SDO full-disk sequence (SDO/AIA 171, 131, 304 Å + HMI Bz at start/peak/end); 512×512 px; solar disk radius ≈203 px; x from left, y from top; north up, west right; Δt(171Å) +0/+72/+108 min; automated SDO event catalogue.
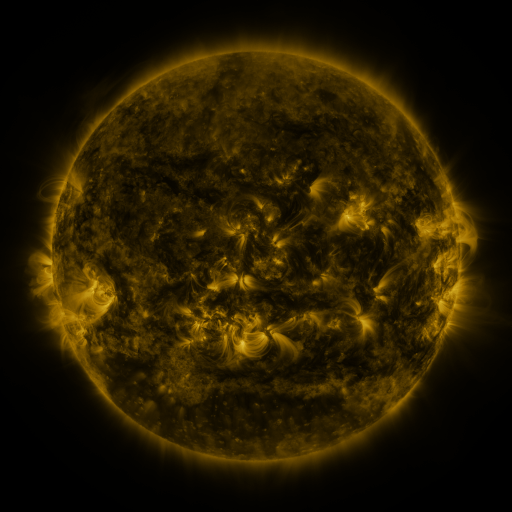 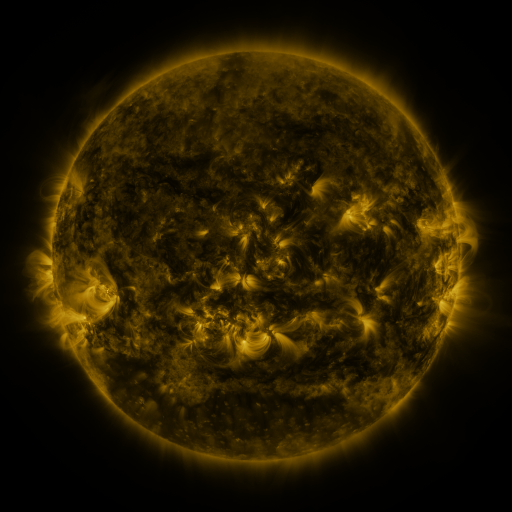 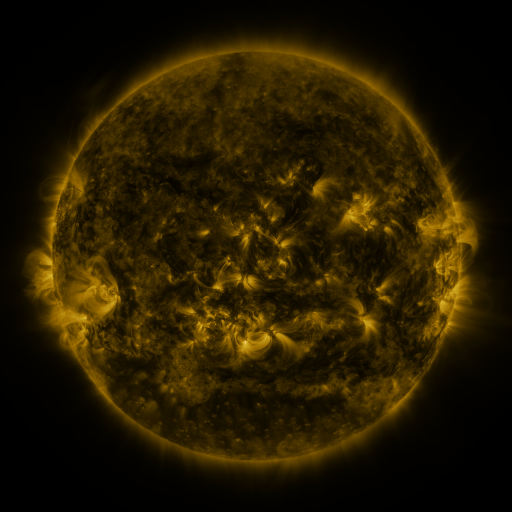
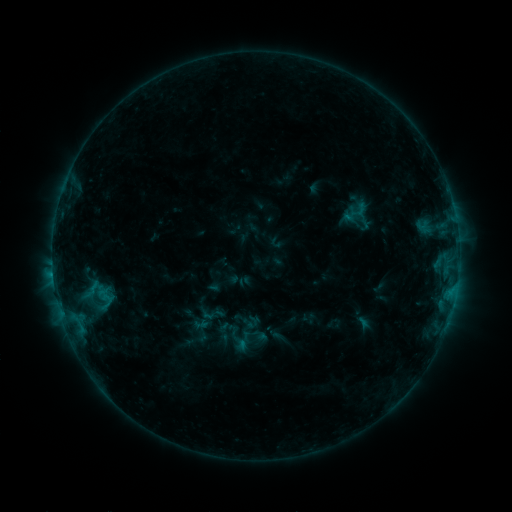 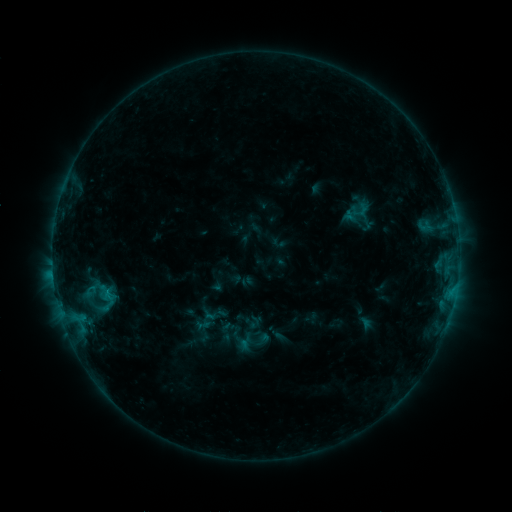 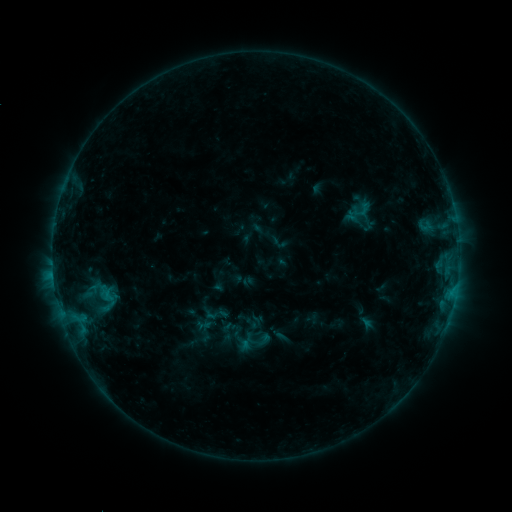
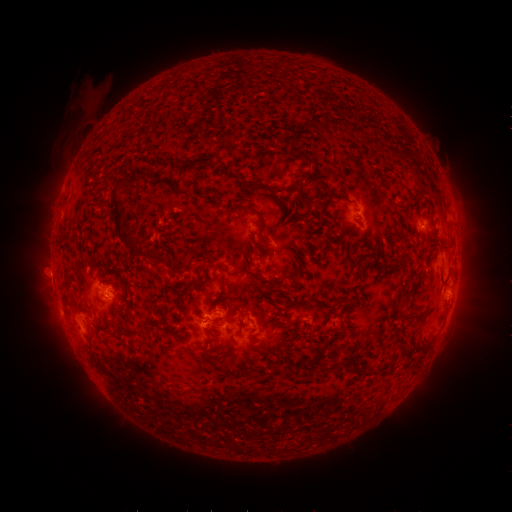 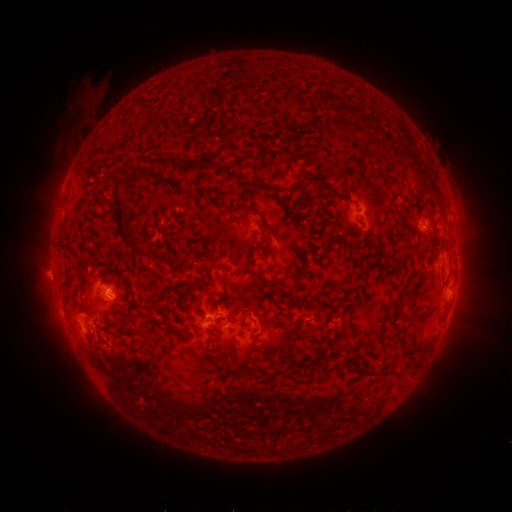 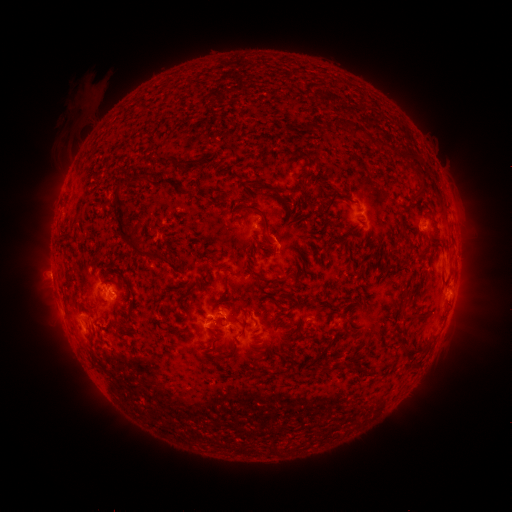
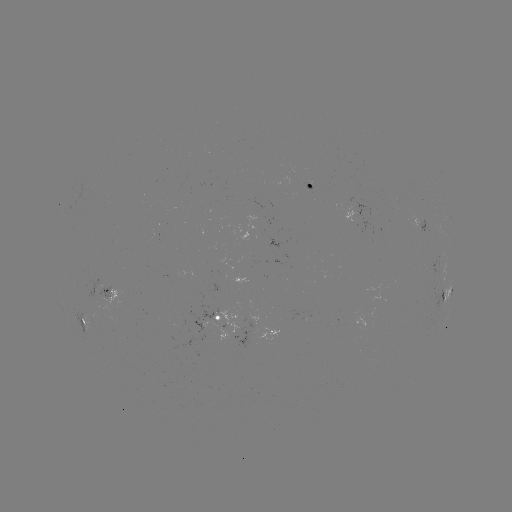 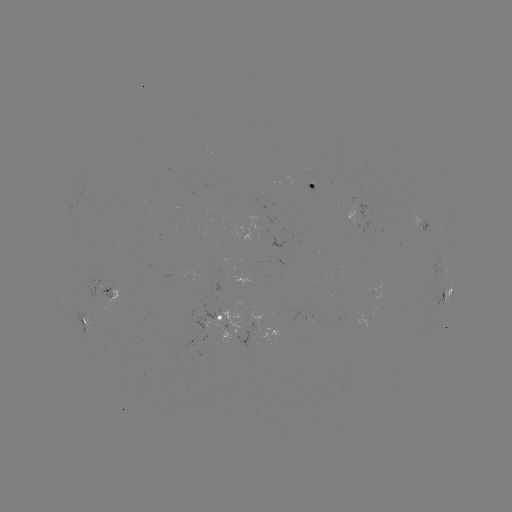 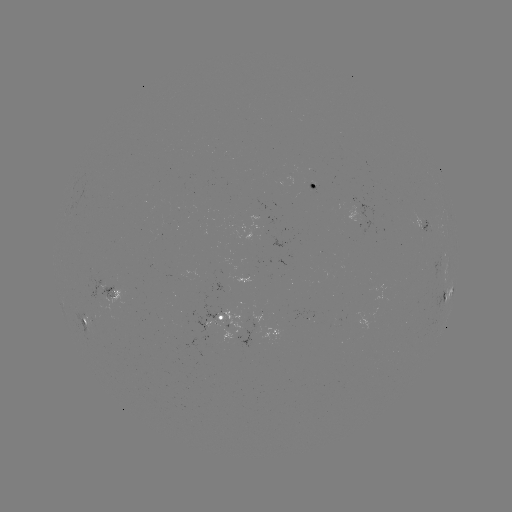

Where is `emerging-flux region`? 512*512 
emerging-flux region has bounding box [145, 266, 157, 273].